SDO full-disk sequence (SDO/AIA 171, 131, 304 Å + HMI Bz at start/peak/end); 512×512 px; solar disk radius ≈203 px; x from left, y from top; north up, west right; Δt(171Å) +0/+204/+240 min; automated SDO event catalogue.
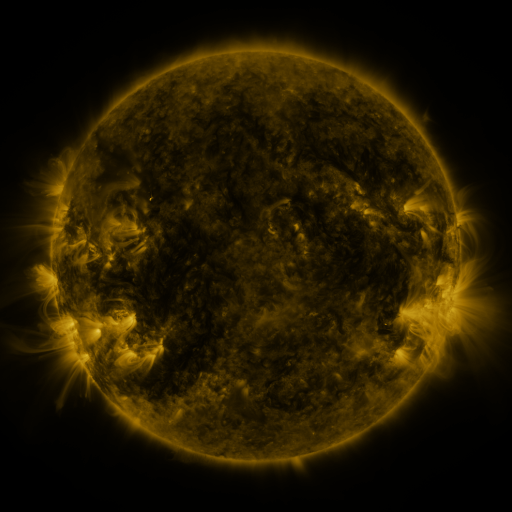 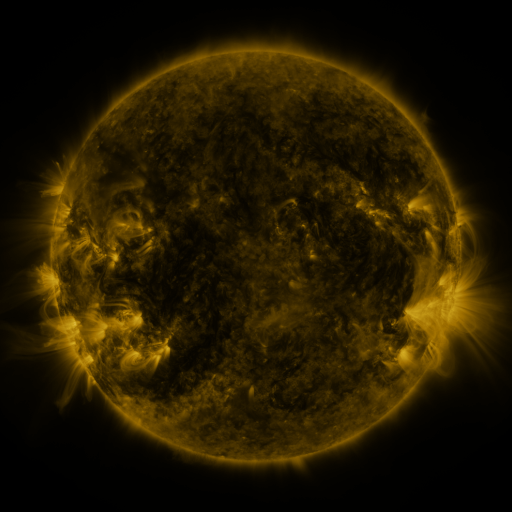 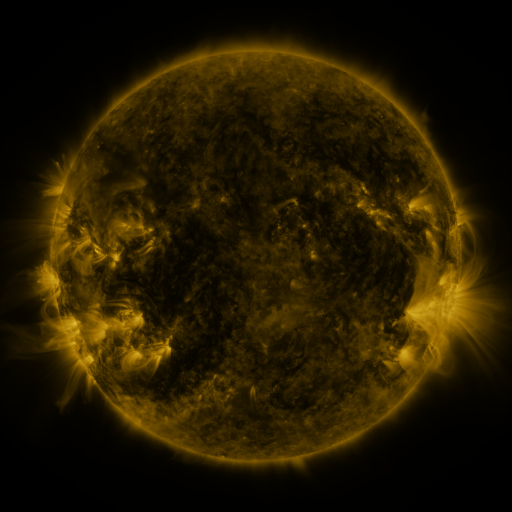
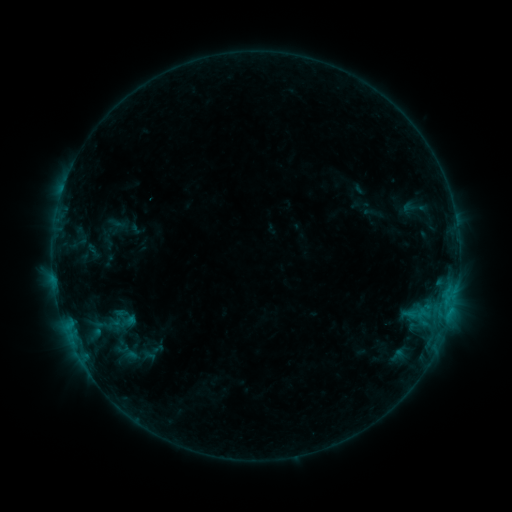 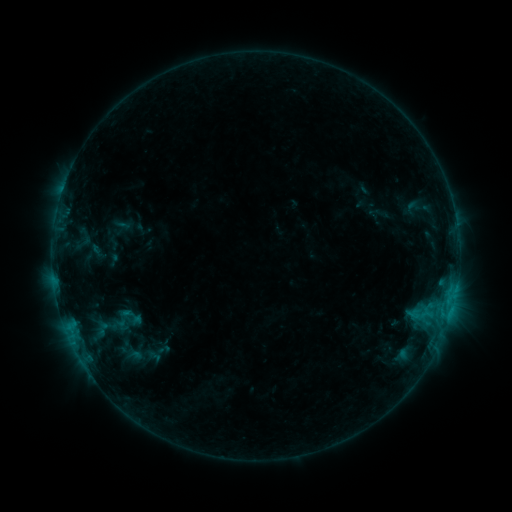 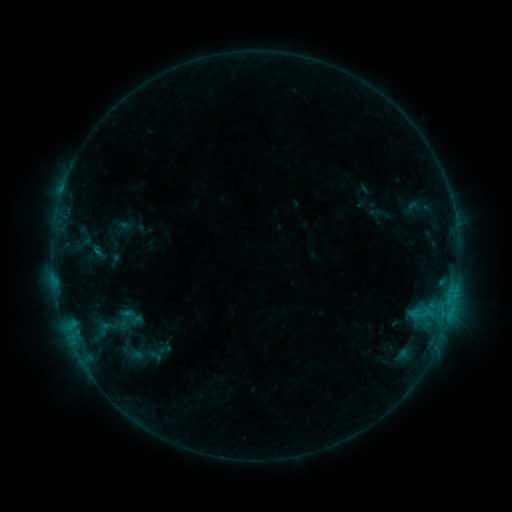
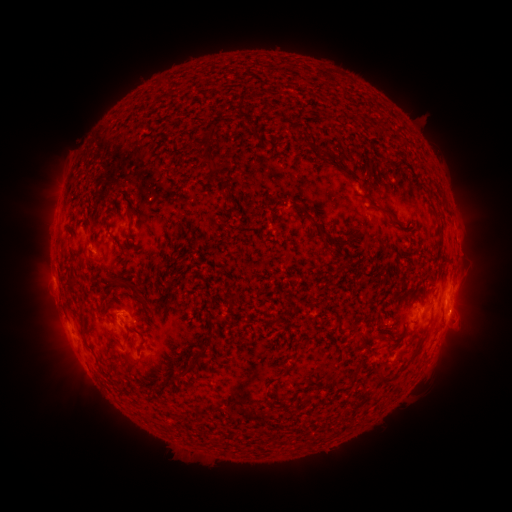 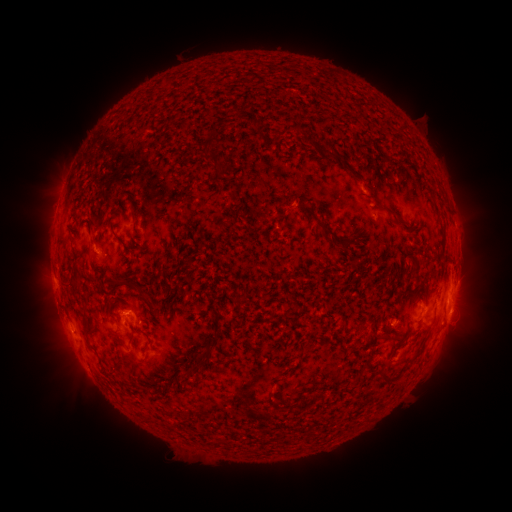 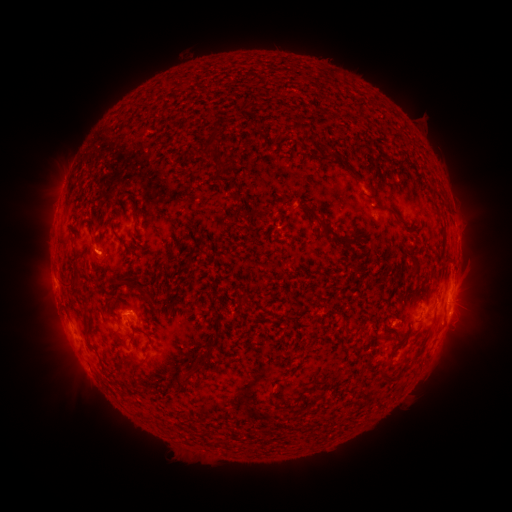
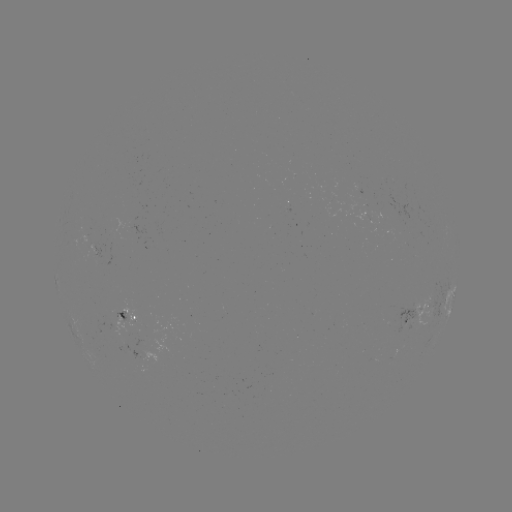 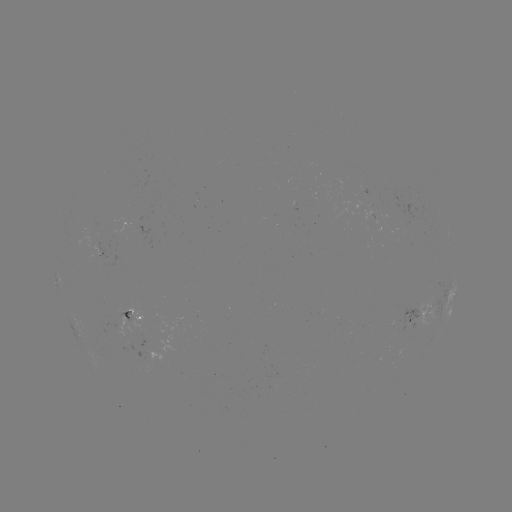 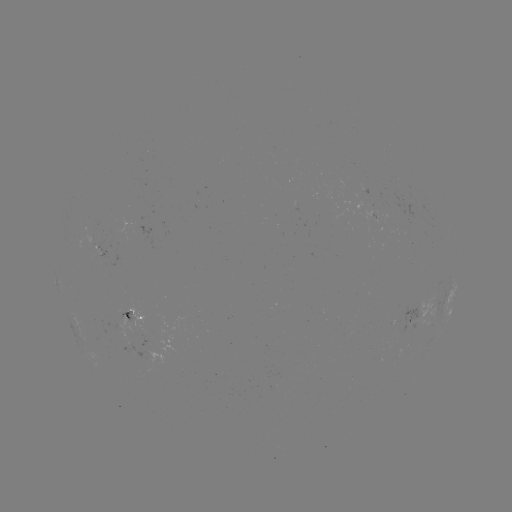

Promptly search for emerging-flux region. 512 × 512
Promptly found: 89,241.